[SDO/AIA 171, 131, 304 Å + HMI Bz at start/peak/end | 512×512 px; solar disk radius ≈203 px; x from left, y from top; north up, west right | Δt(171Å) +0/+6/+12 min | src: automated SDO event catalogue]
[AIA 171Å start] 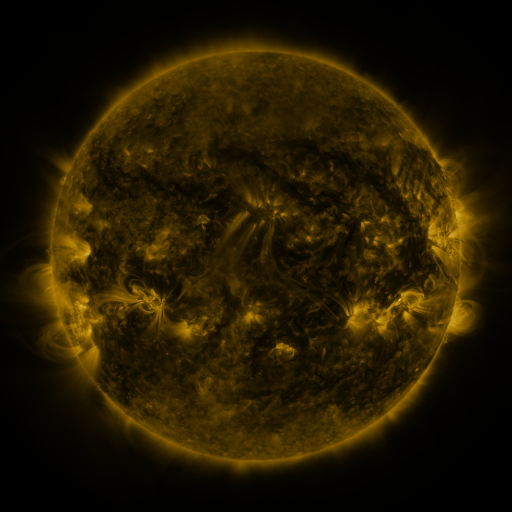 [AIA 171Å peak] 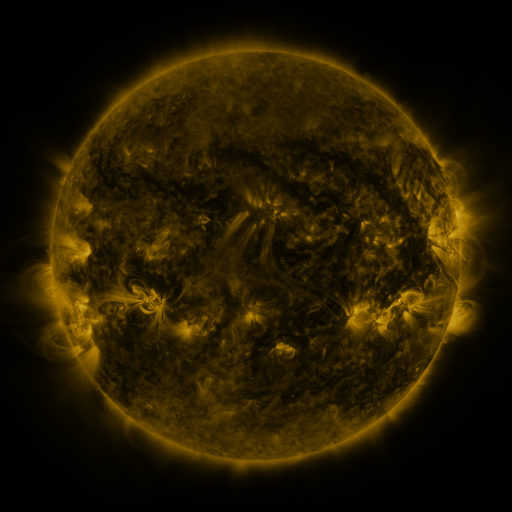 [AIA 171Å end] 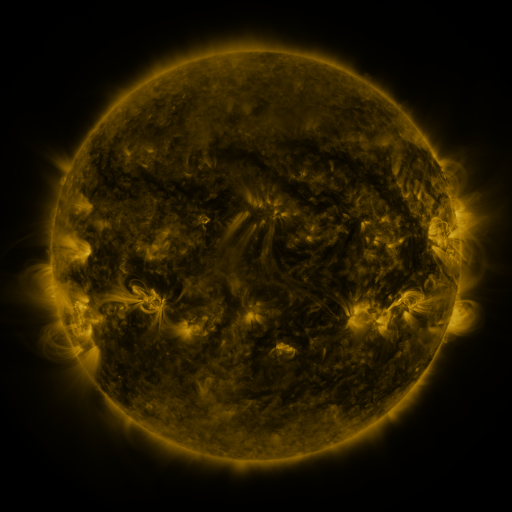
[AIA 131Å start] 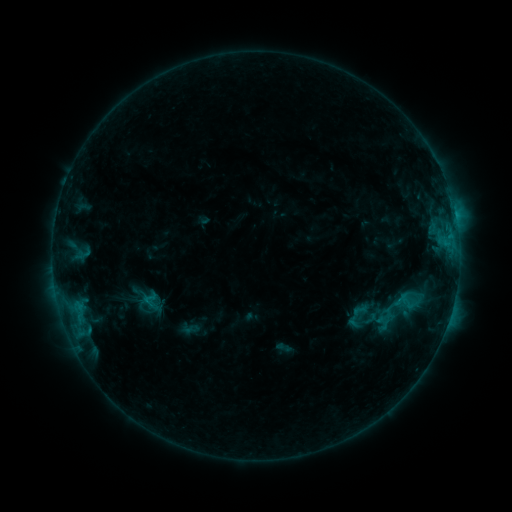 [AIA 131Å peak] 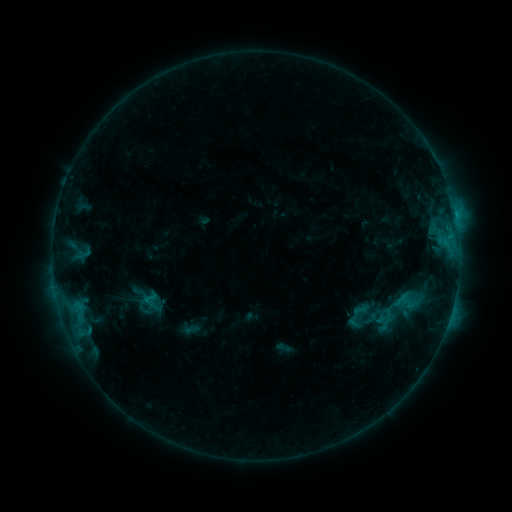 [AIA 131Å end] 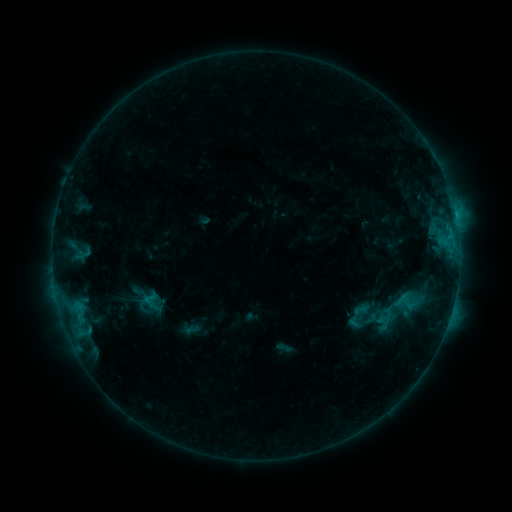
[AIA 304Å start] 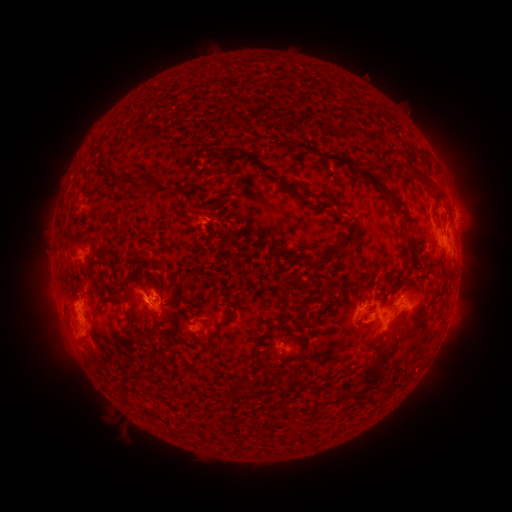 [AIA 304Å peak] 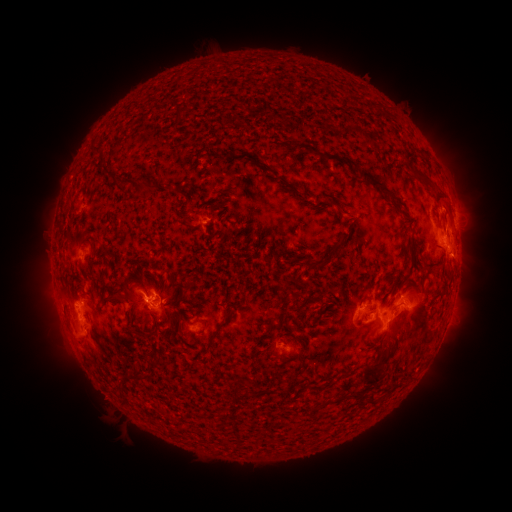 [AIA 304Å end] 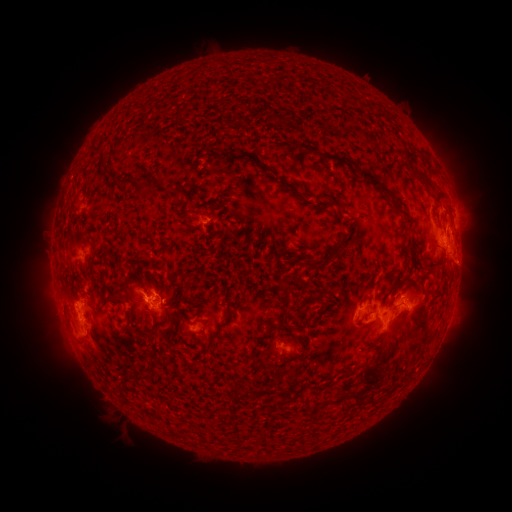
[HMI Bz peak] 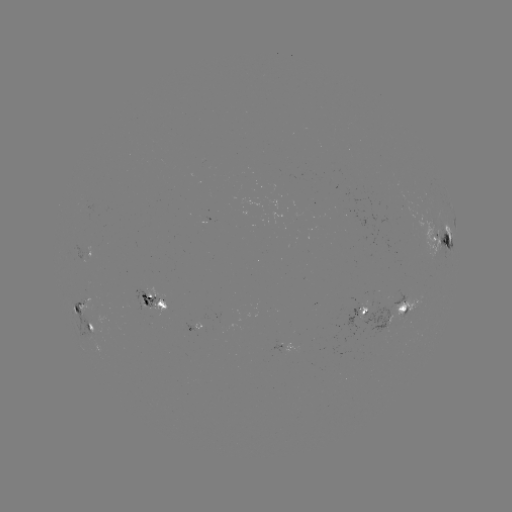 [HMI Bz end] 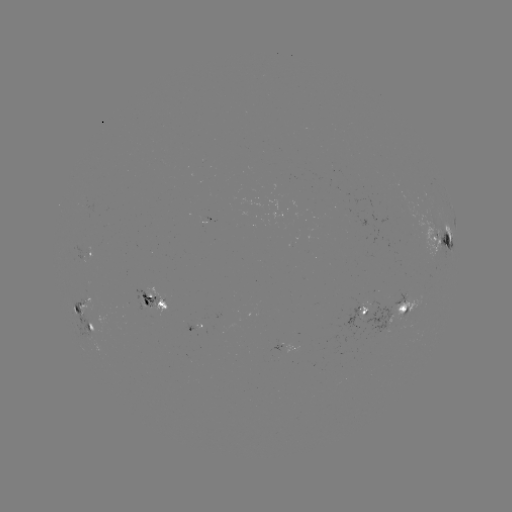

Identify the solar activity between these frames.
eruption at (465, 265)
